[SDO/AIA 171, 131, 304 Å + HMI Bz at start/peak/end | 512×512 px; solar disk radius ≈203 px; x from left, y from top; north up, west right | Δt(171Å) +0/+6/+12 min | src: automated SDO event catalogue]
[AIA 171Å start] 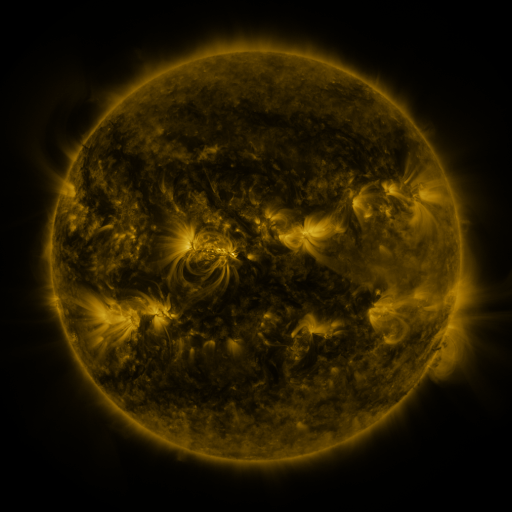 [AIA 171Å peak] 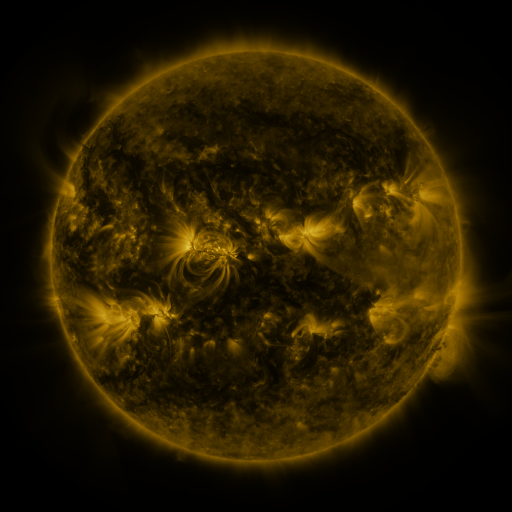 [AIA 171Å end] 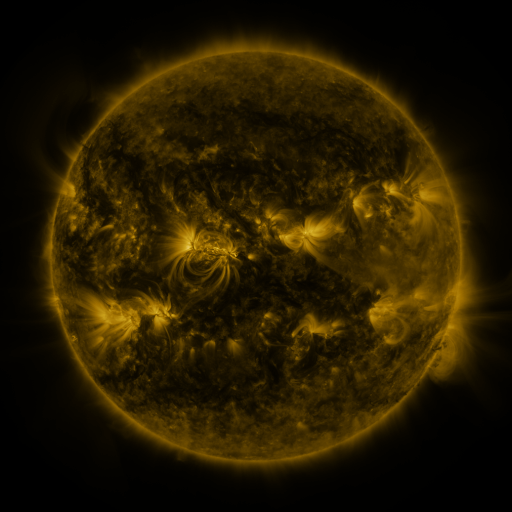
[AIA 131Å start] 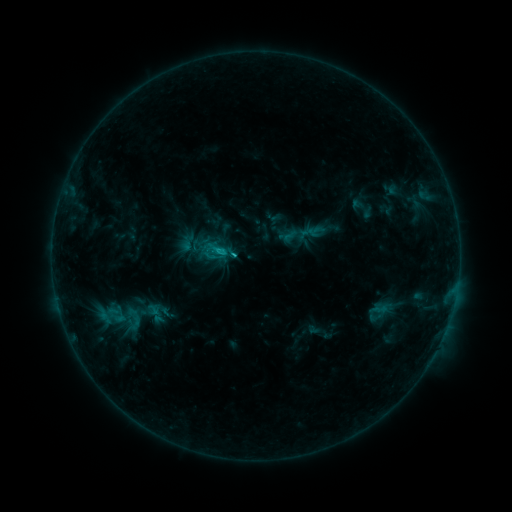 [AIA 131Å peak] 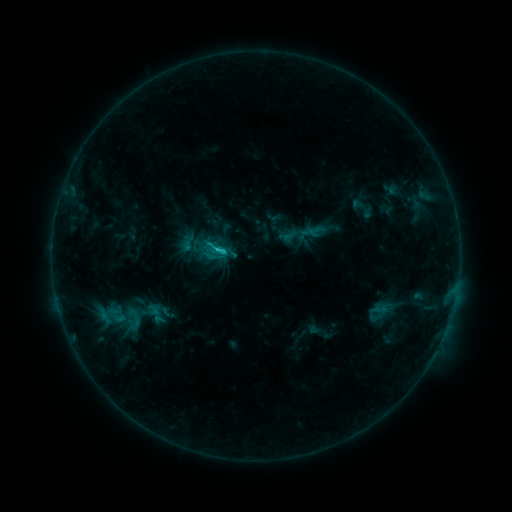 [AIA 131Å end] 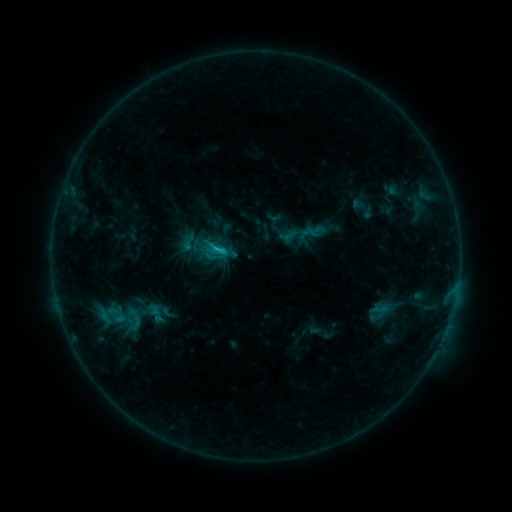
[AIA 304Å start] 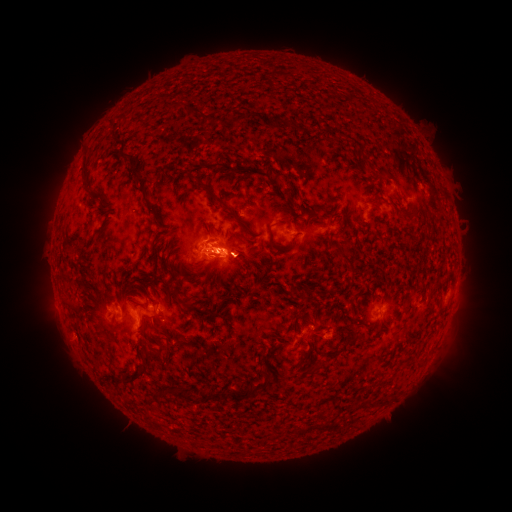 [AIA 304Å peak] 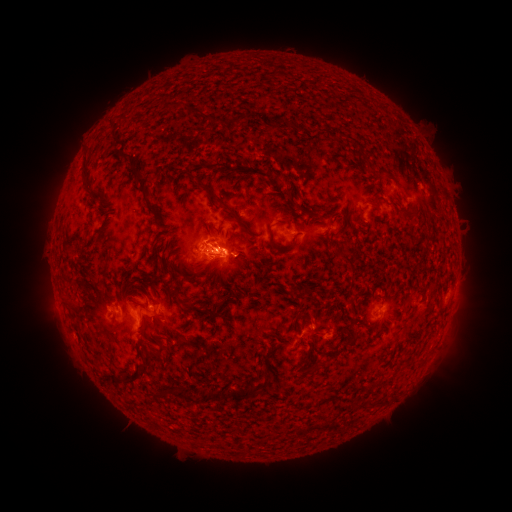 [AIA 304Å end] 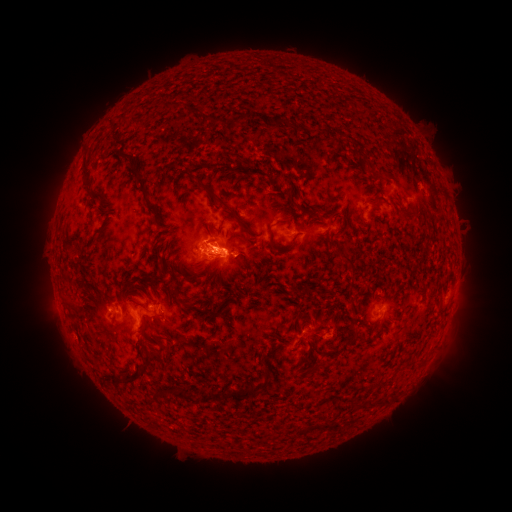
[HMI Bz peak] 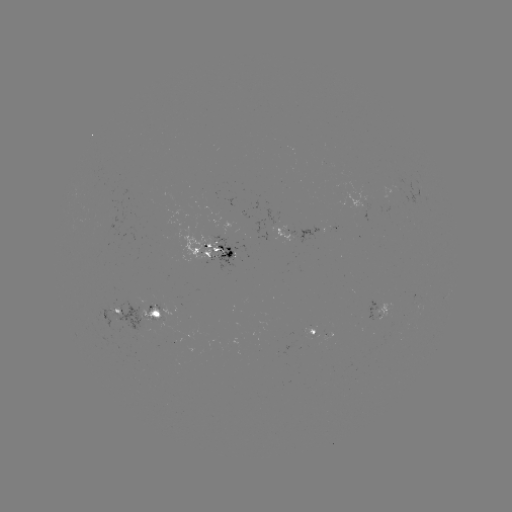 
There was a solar flare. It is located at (220, 249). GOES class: C1.6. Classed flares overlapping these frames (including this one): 1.